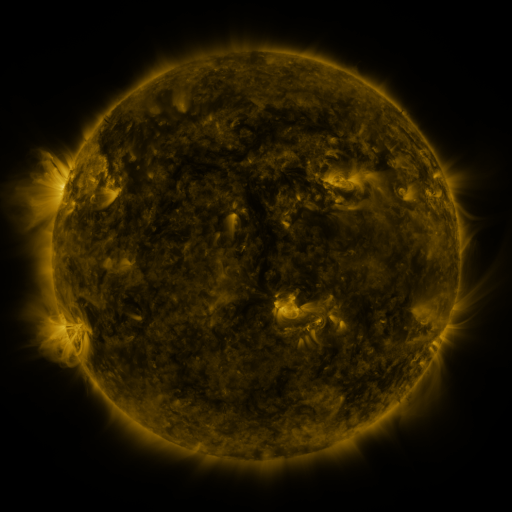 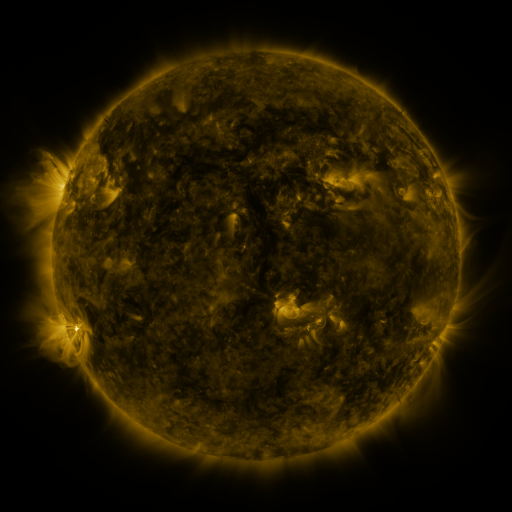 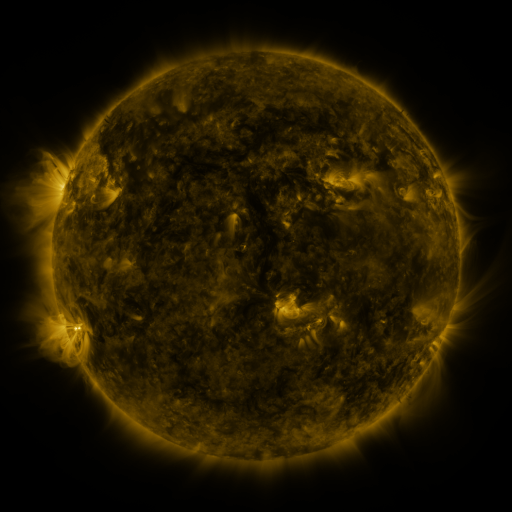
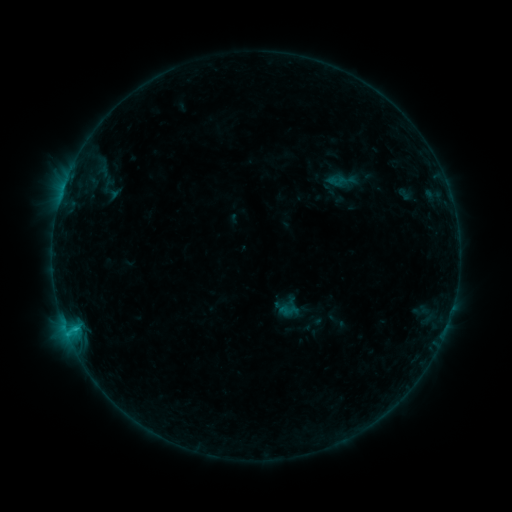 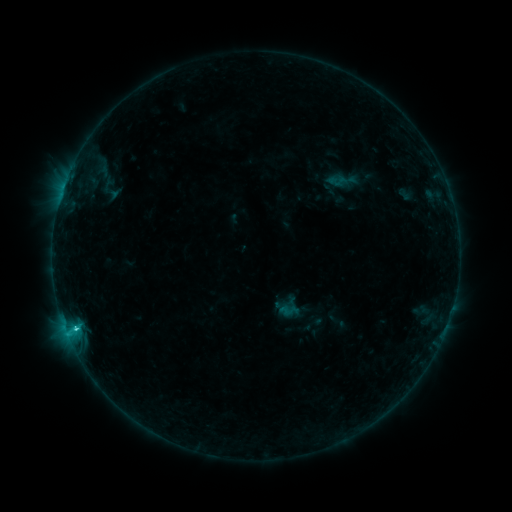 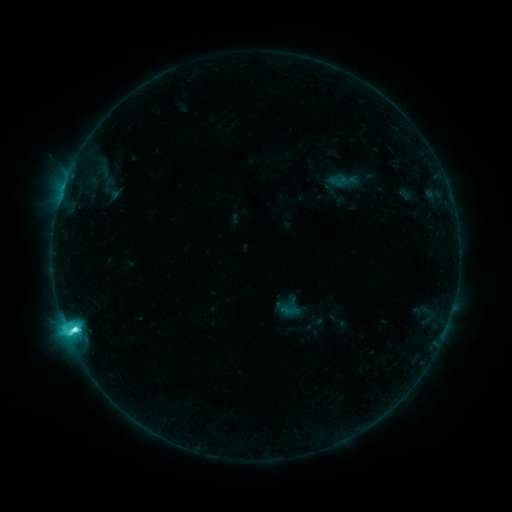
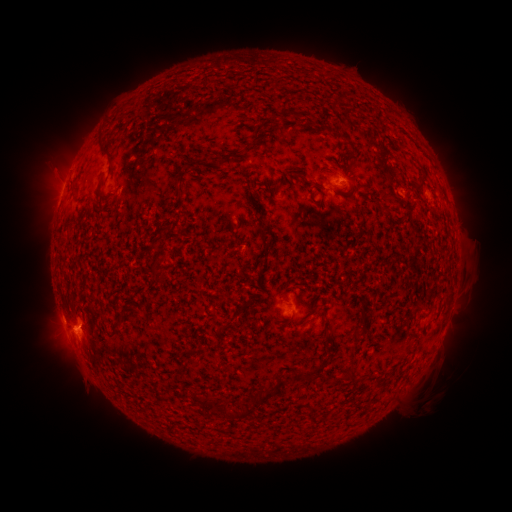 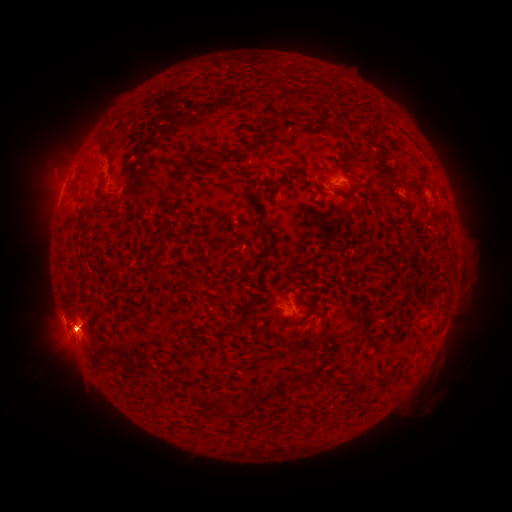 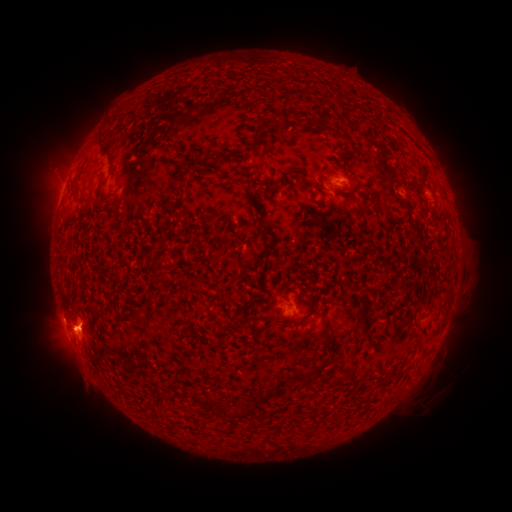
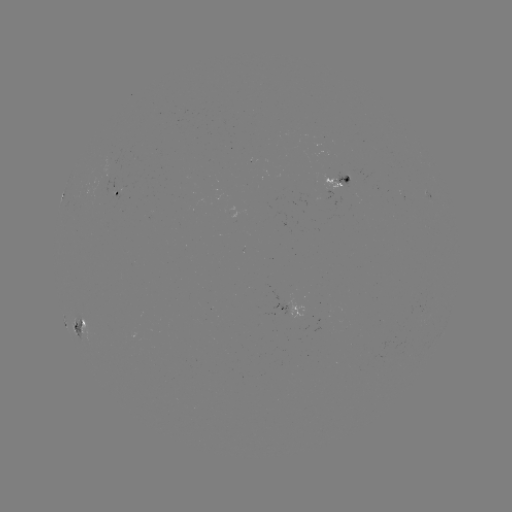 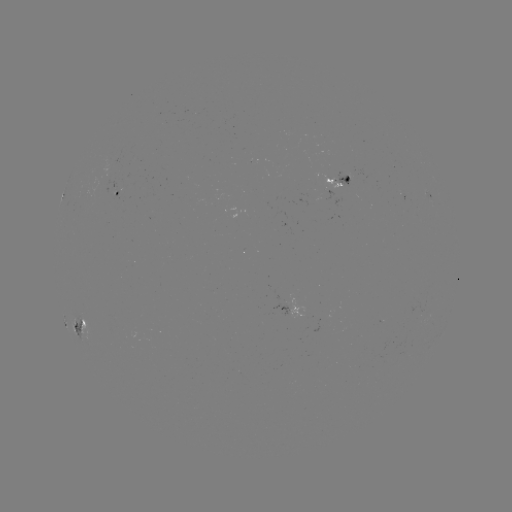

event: flare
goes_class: M1.1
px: (77, 327)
